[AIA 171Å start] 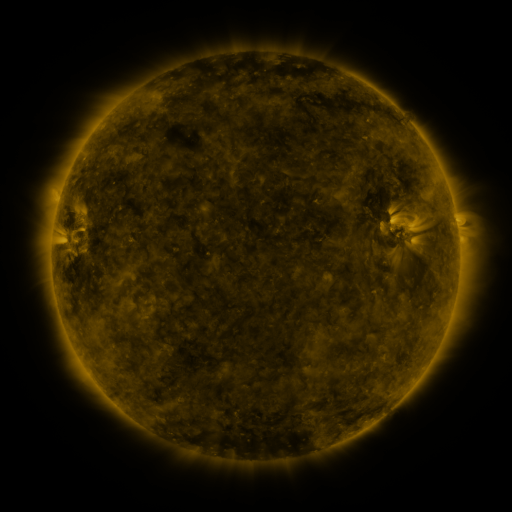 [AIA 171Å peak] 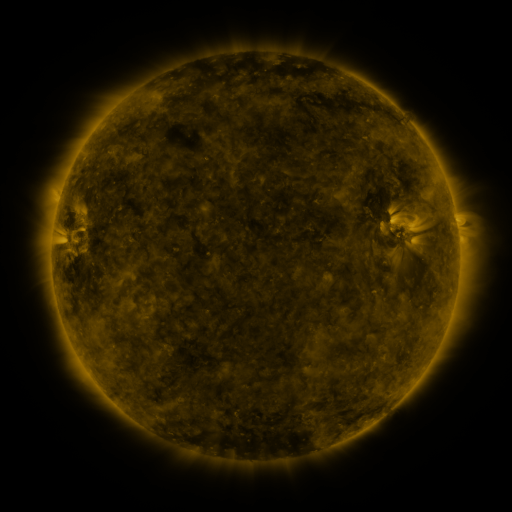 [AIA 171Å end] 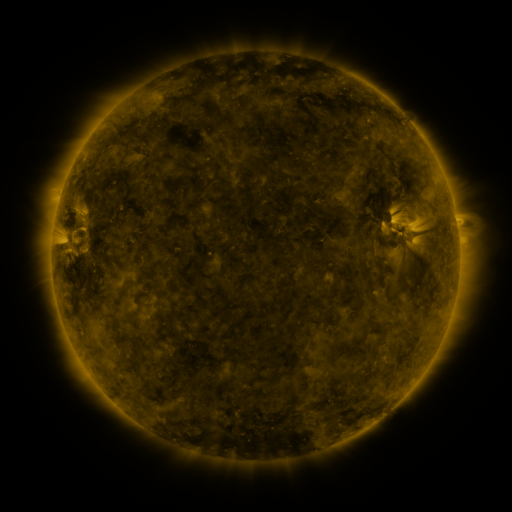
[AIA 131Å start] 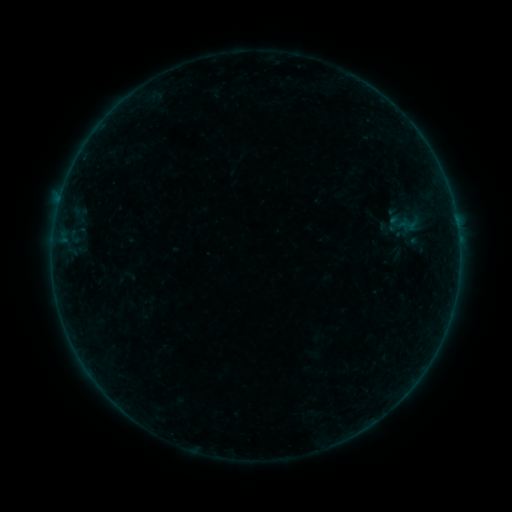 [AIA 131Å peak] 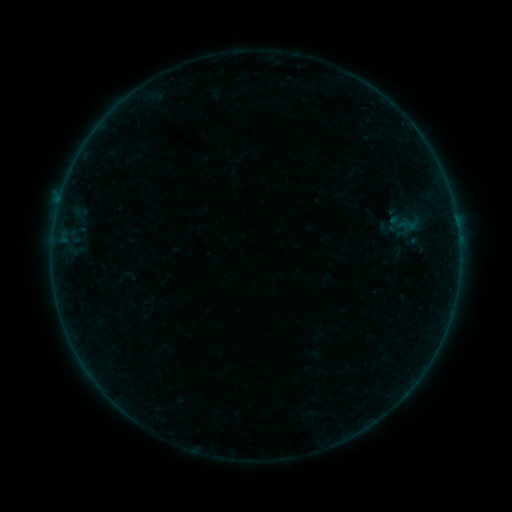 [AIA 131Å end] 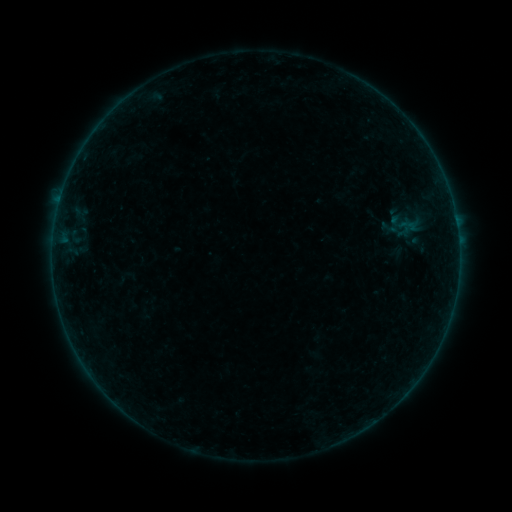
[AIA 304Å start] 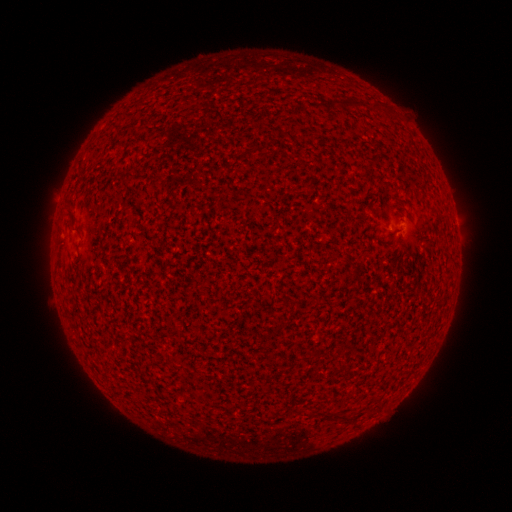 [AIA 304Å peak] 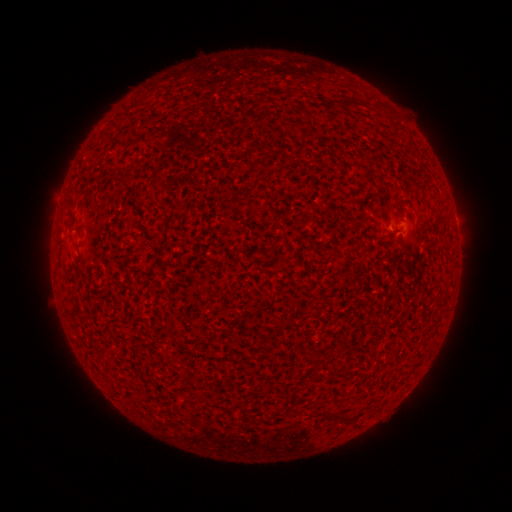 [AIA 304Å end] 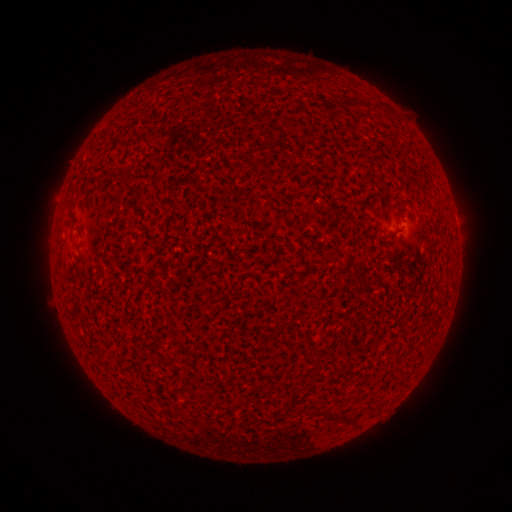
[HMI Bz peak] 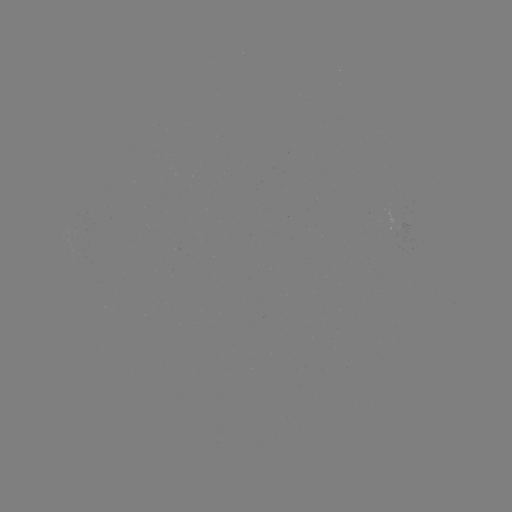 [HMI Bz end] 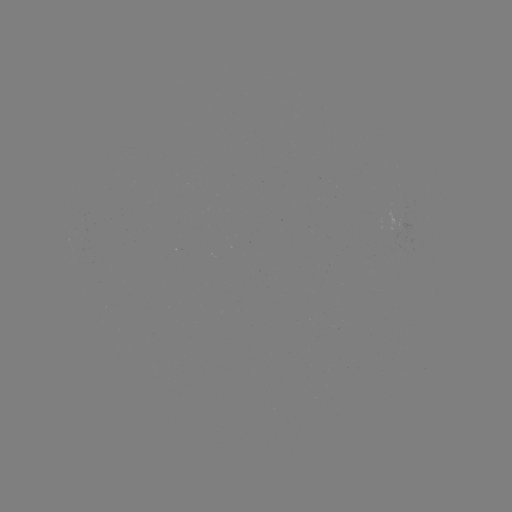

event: flare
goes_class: A3.4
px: (397, 235)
